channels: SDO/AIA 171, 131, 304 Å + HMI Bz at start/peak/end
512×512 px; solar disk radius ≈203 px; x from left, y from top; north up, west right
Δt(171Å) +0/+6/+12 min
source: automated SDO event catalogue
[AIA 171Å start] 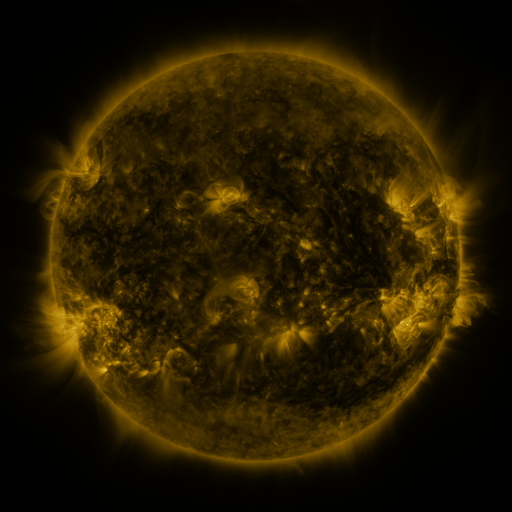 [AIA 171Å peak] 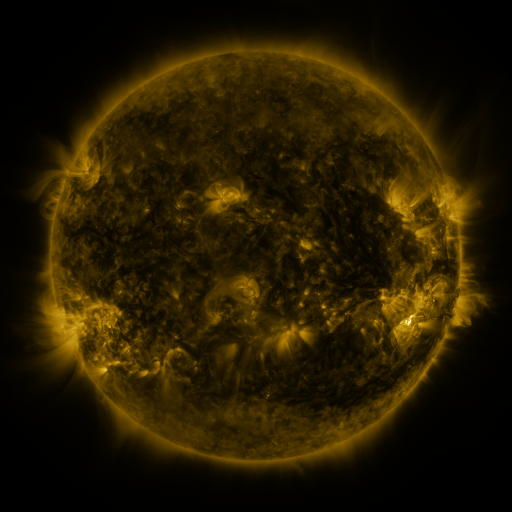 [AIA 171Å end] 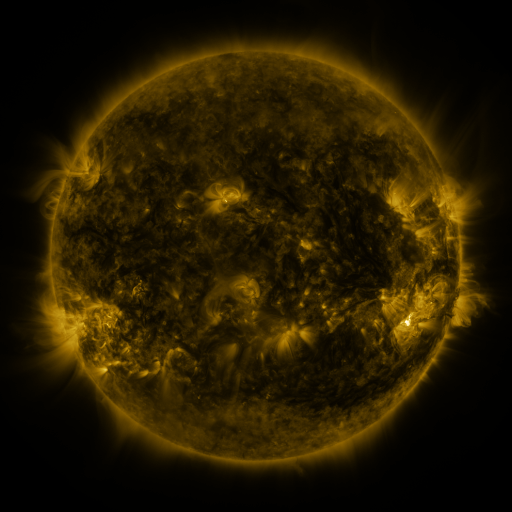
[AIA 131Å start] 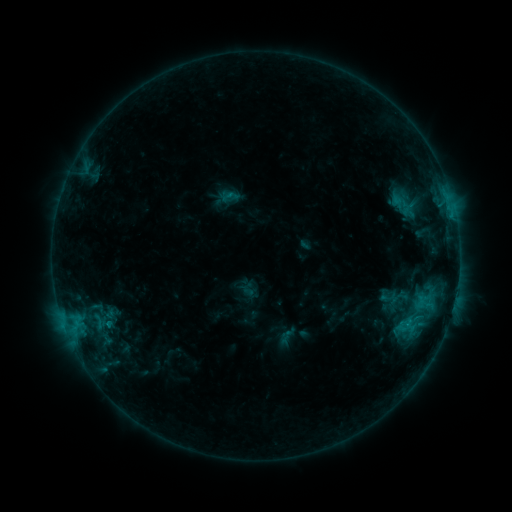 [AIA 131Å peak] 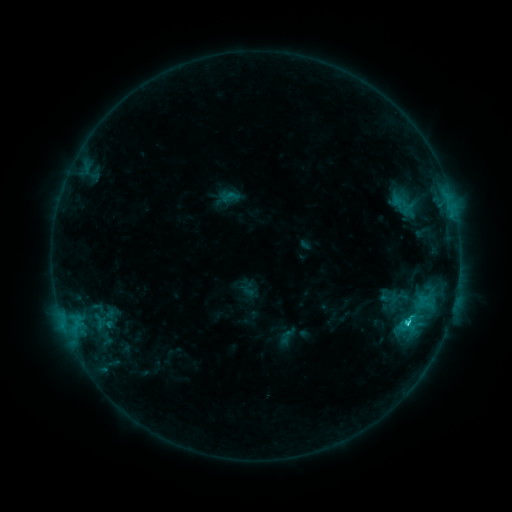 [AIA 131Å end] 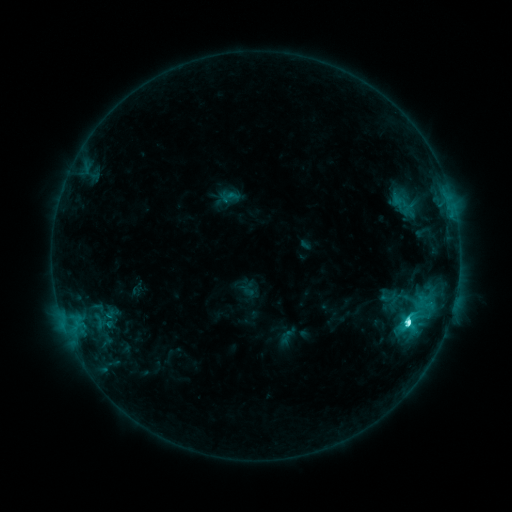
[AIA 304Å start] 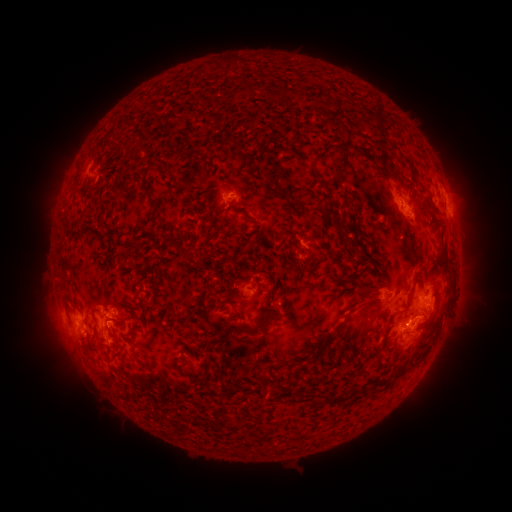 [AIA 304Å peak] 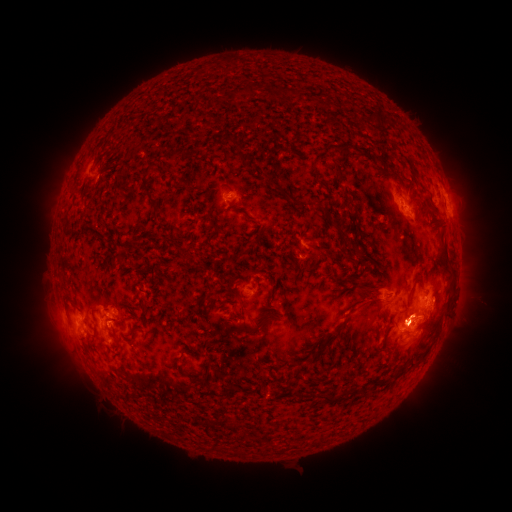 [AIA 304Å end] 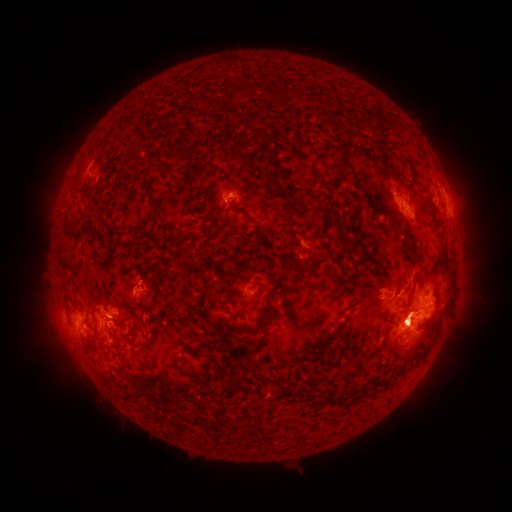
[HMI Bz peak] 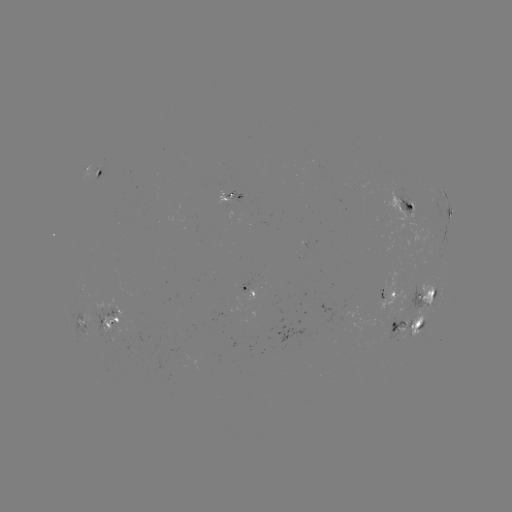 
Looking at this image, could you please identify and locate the eruption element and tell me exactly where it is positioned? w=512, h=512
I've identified eruption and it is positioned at [67, 310].